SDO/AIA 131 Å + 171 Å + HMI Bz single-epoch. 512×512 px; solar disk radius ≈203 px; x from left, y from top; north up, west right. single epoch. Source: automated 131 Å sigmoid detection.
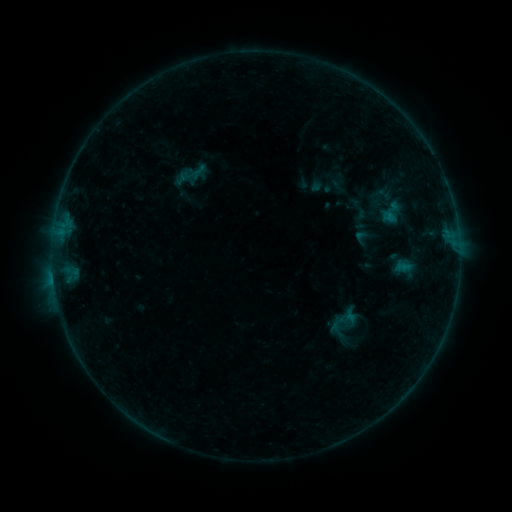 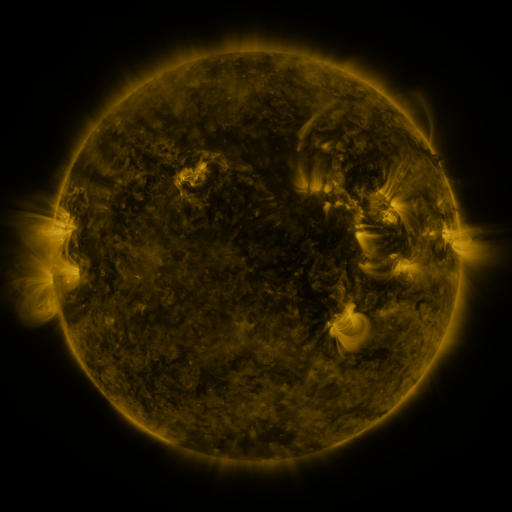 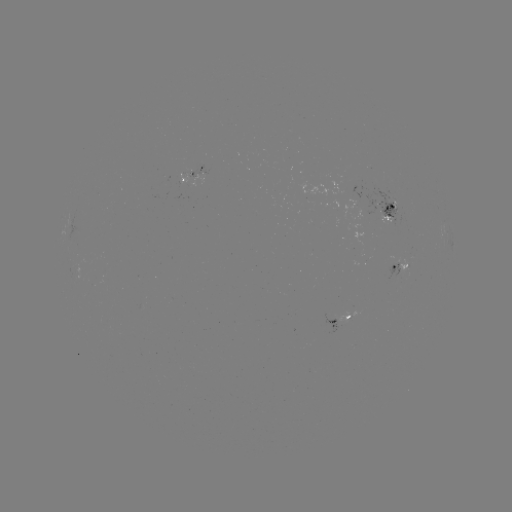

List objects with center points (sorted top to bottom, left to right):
sigmoid: (392, 212)
